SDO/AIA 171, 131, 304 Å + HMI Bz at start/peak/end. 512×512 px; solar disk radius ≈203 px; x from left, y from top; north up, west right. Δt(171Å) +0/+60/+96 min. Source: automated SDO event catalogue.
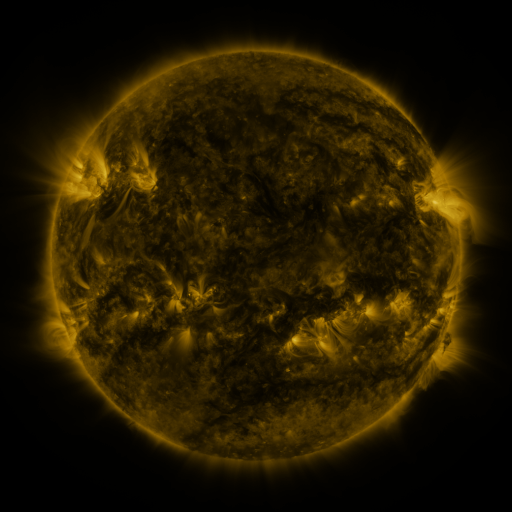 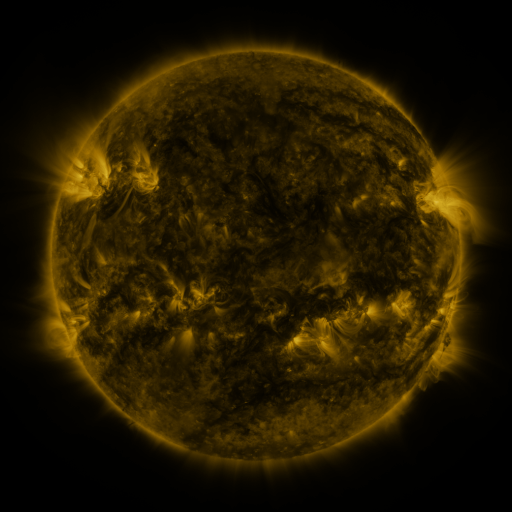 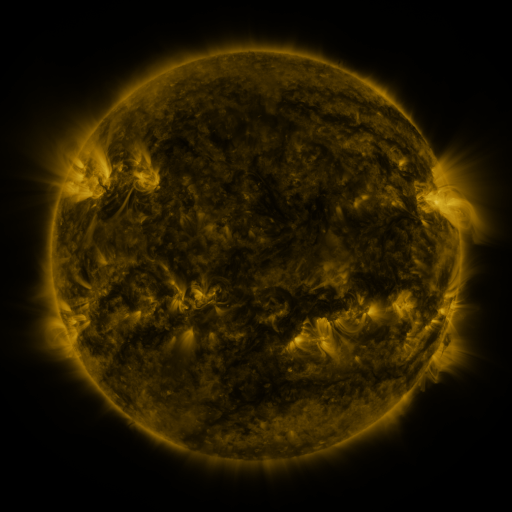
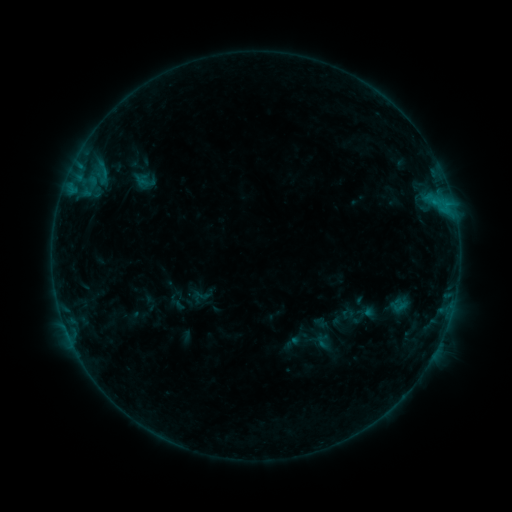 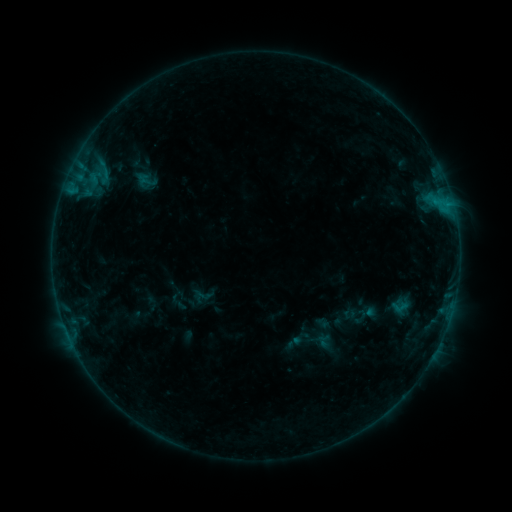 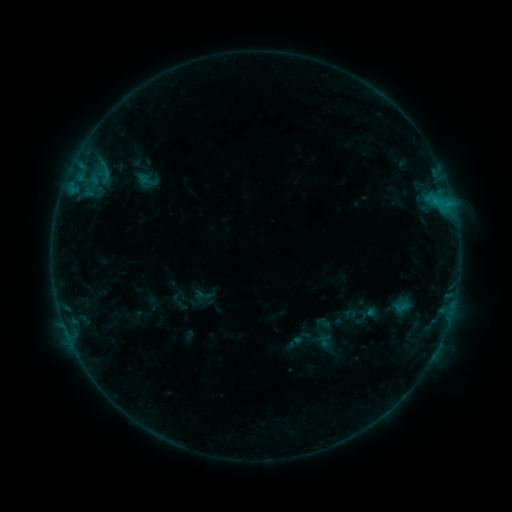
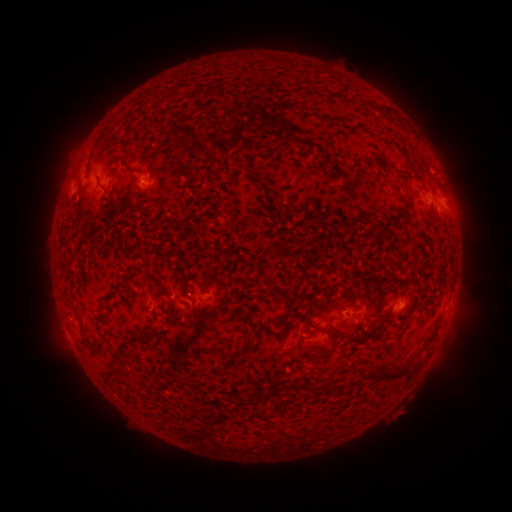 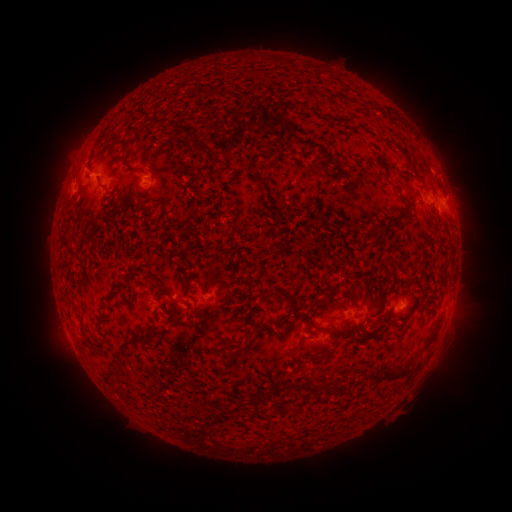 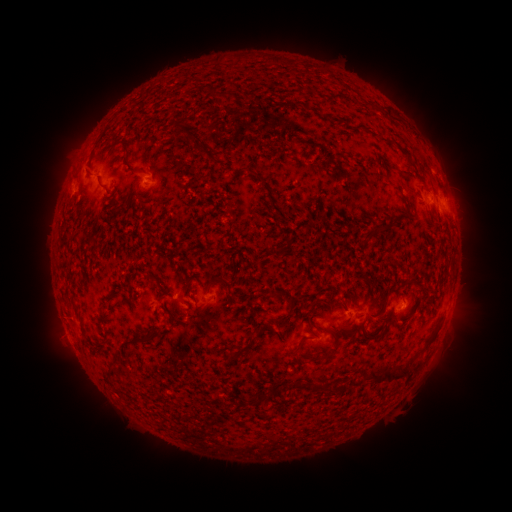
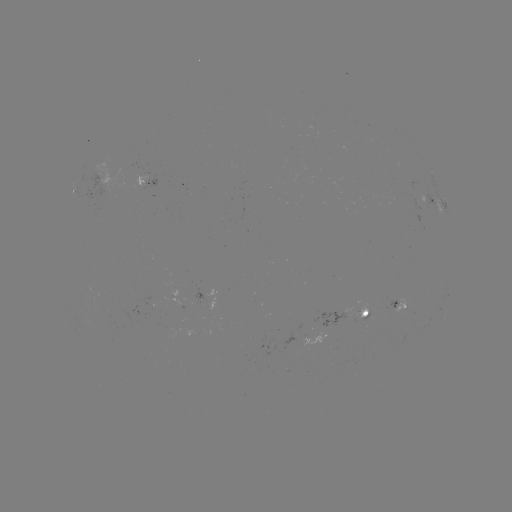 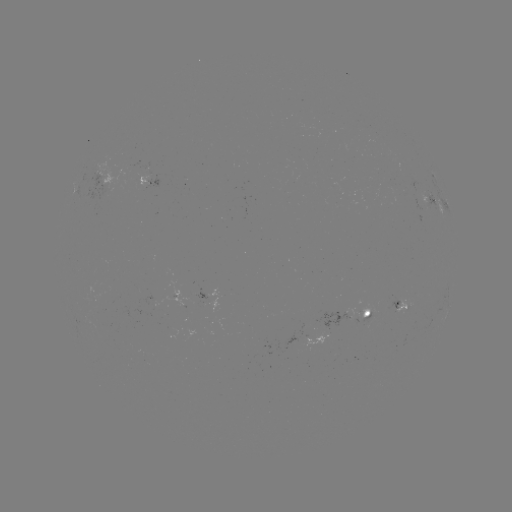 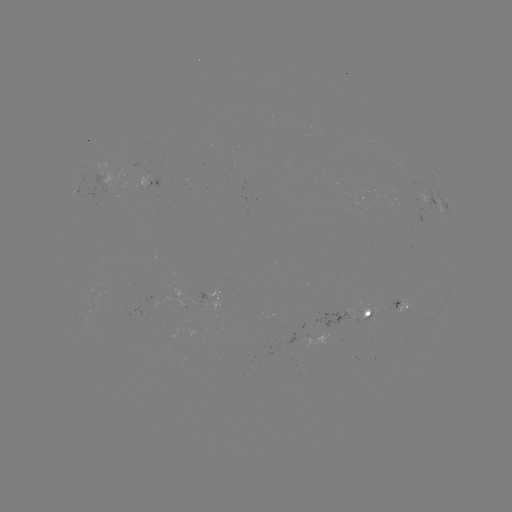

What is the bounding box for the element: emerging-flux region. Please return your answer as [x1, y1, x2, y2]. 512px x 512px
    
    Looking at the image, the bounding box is [133, 161, 148, 185].